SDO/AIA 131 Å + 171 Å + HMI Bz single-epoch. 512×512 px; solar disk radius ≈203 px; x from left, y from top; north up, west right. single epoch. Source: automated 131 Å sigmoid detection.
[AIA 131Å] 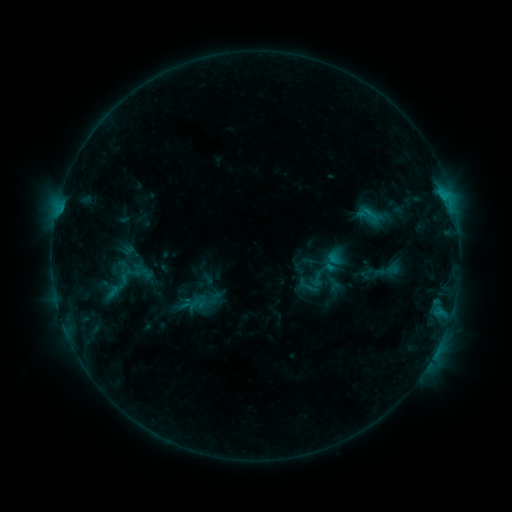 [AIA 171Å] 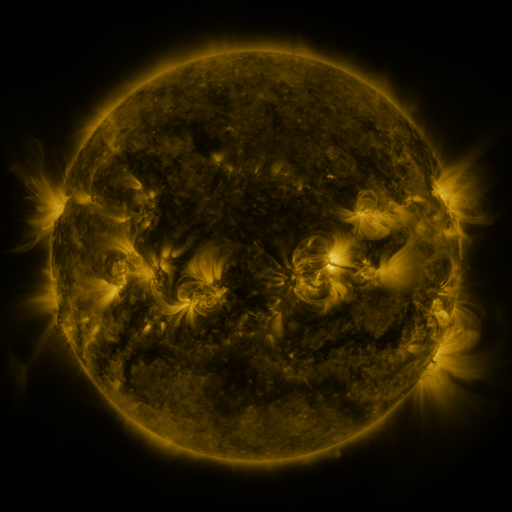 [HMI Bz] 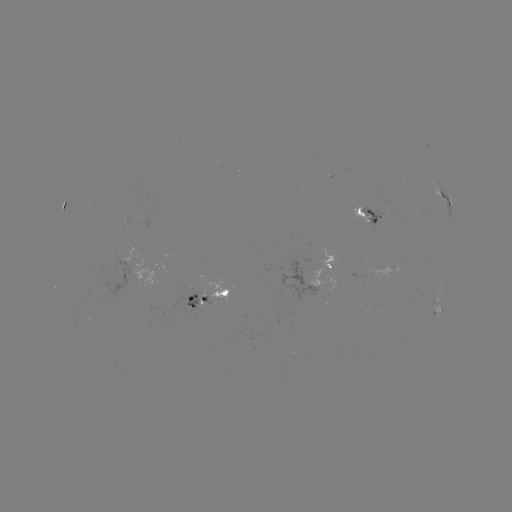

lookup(sigmoid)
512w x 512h [317, 279]